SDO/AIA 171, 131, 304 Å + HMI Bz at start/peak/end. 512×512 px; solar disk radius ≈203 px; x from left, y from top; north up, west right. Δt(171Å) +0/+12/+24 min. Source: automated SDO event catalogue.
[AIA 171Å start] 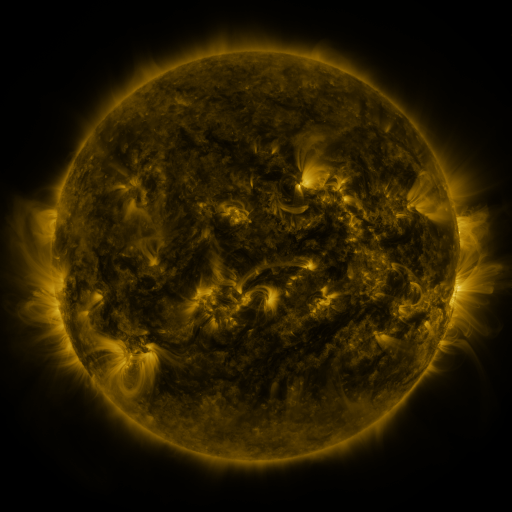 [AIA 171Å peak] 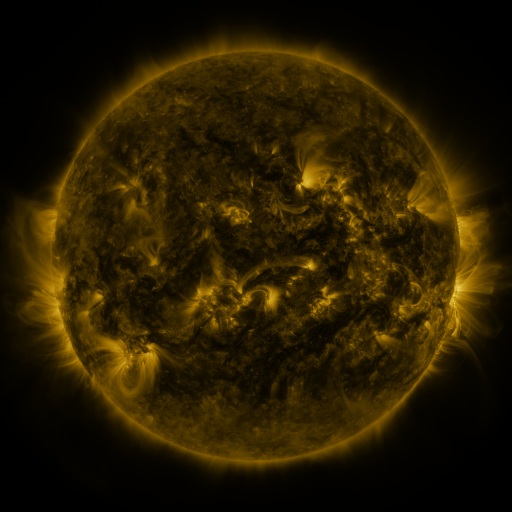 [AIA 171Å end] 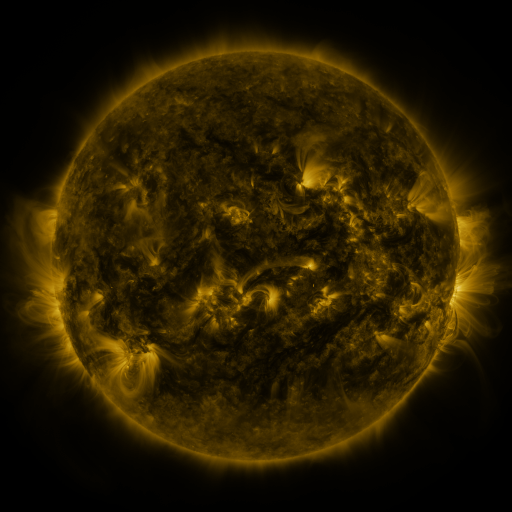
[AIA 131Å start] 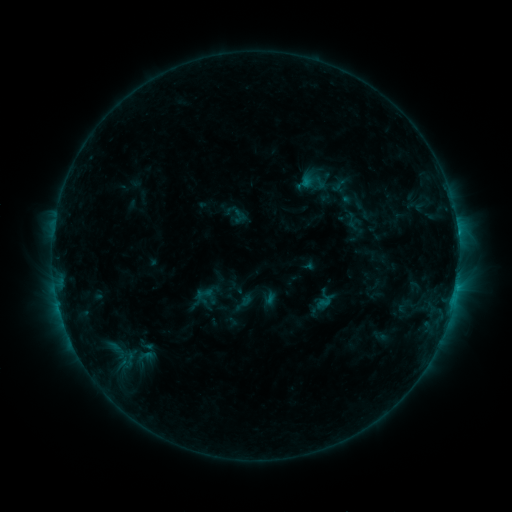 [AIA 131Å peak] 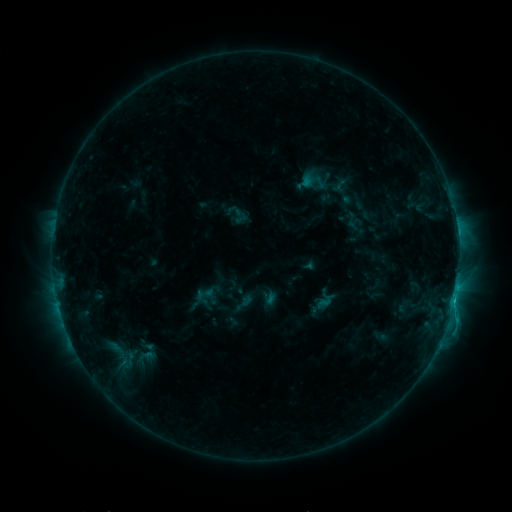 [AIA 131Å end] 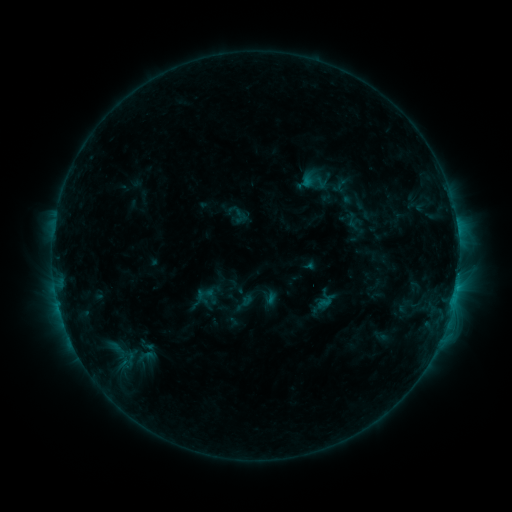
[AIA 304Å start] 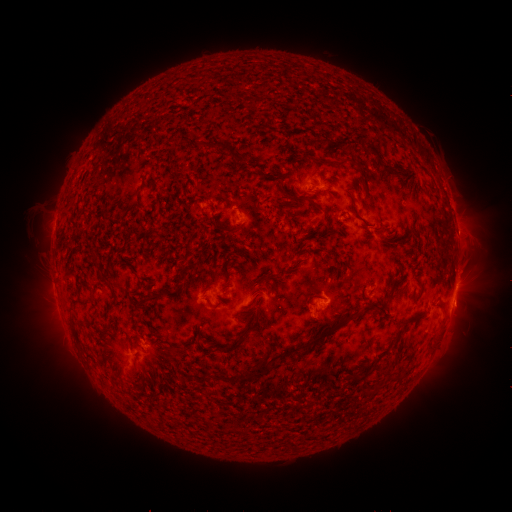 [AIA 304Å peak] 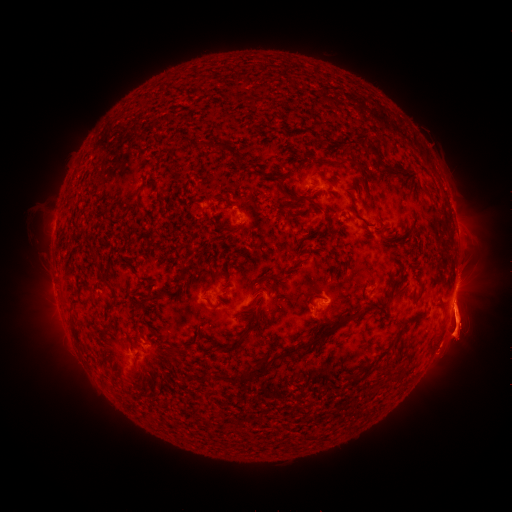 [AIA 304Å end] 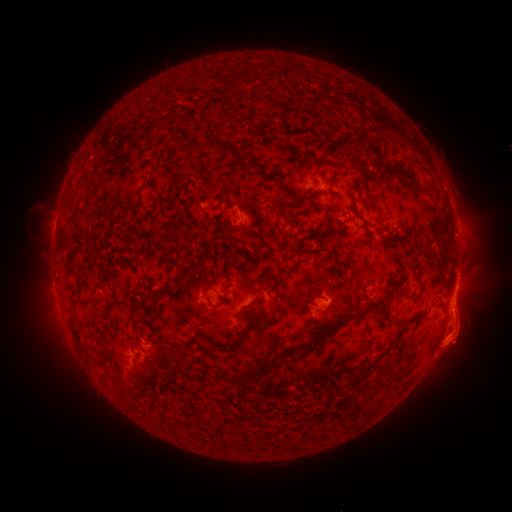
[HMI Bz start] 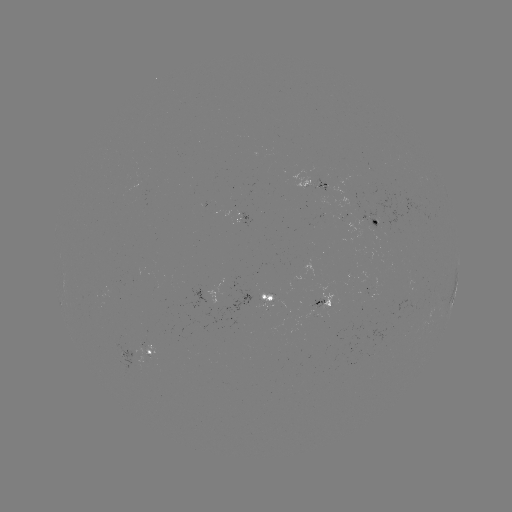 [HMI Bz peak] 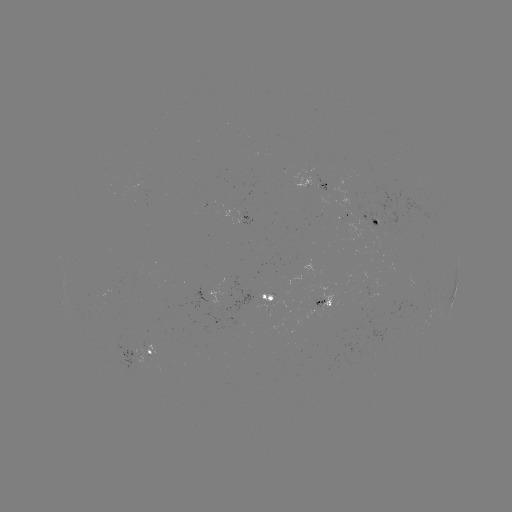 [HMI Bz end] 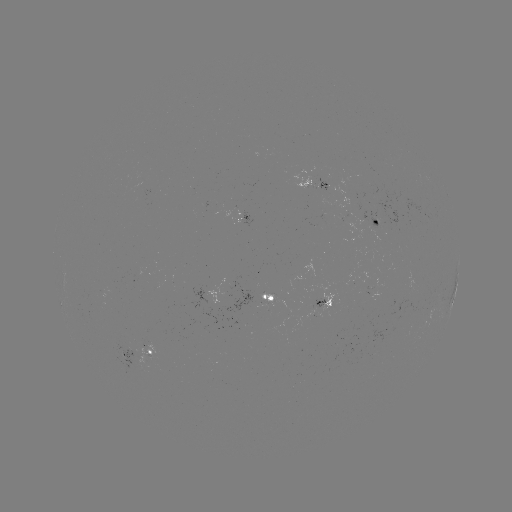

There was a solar eruption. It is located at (459, 325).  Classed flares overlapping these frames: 1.